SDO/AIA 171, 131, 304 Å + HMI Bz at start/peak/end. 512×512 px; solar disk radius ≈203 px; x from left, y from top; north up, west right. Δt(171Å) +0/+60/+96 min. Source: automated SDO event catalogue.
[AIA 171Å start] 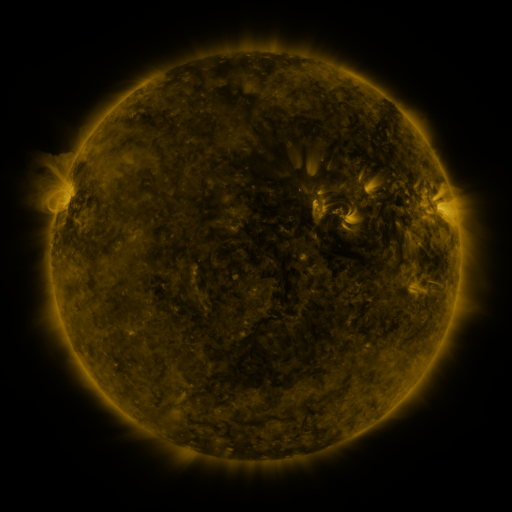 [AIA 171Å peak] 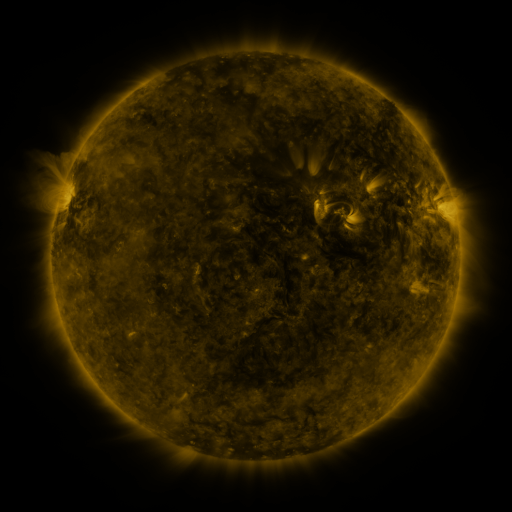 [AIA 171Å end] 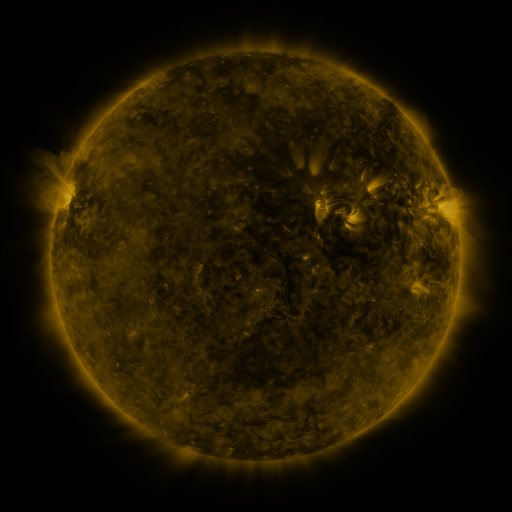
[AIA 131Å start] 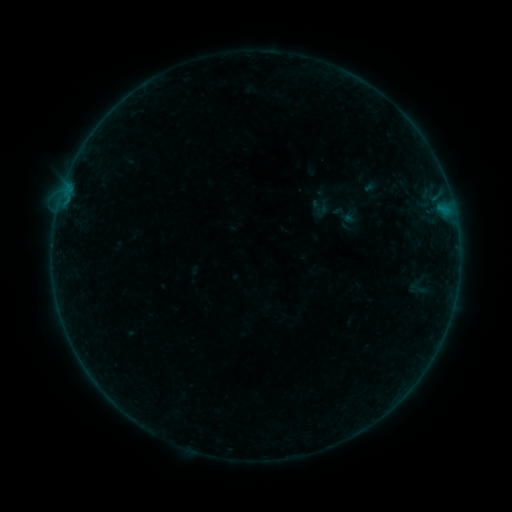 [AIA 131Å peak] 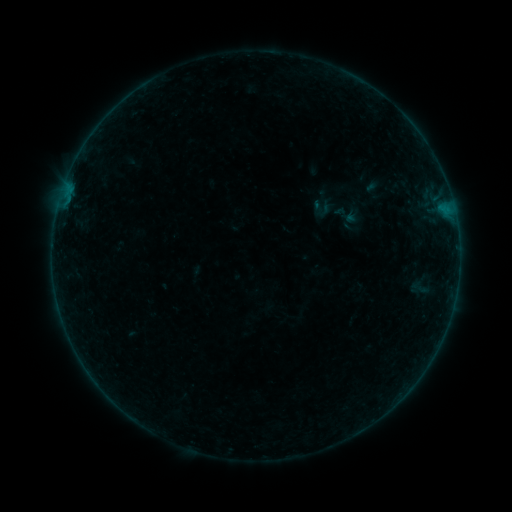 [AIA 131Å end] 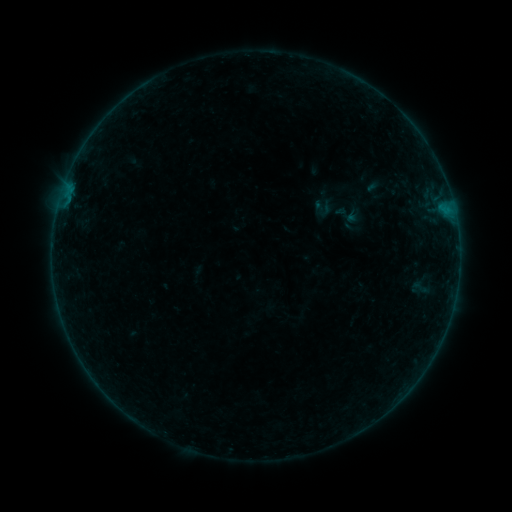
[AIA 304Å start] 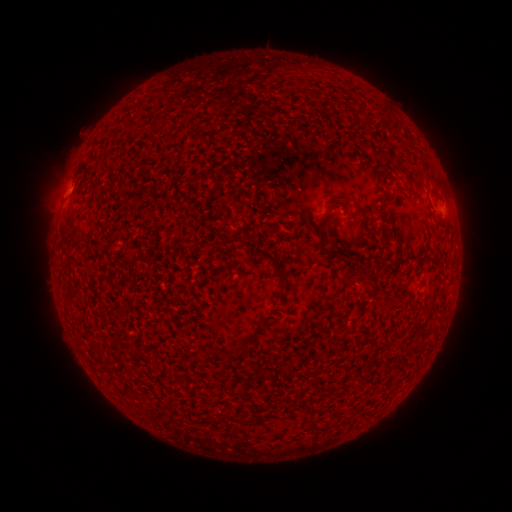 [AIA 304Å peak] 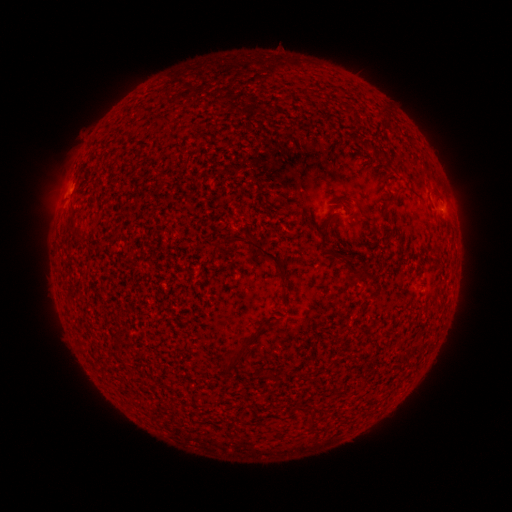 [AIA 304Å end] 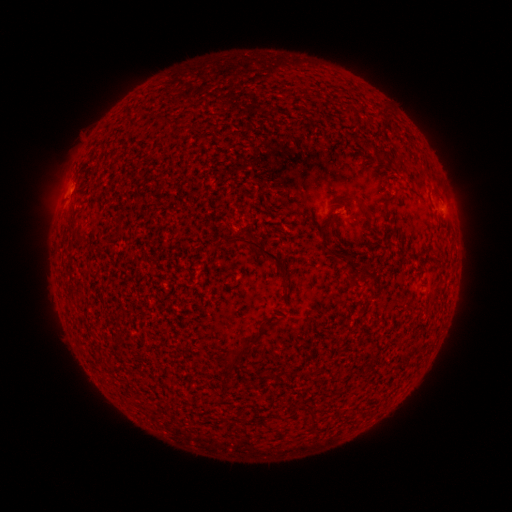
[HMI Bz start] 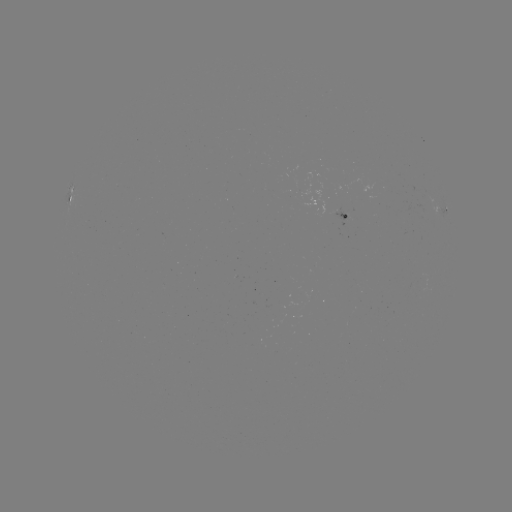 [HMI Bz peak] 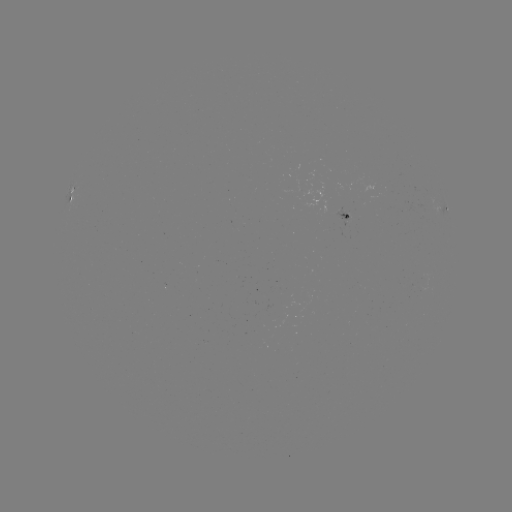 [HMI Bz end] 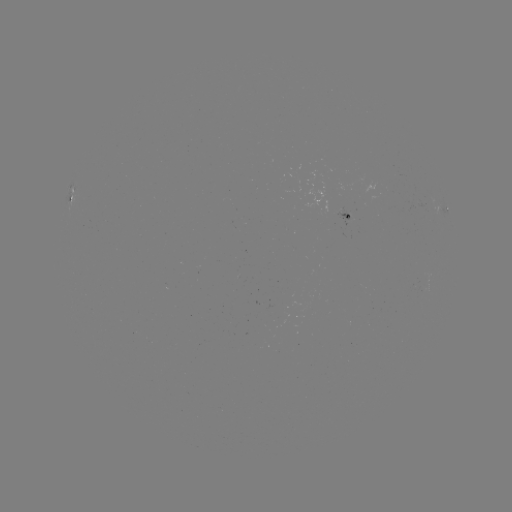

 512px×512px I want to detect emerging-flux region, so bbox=[333, 207, 349, 219].